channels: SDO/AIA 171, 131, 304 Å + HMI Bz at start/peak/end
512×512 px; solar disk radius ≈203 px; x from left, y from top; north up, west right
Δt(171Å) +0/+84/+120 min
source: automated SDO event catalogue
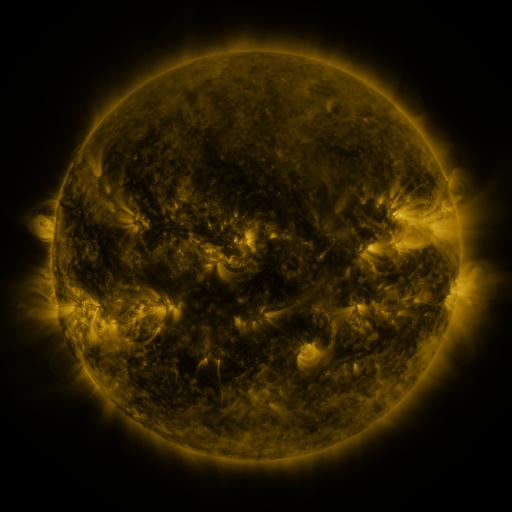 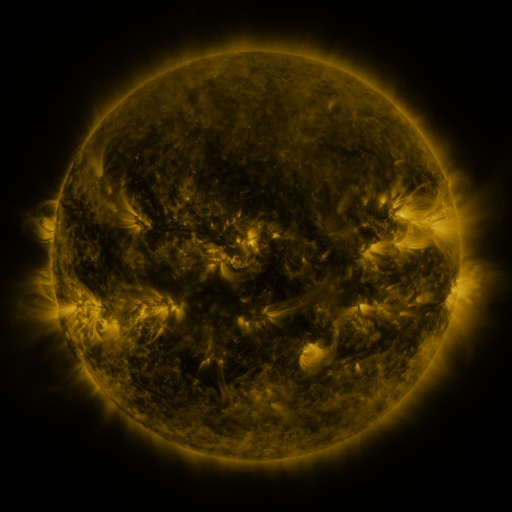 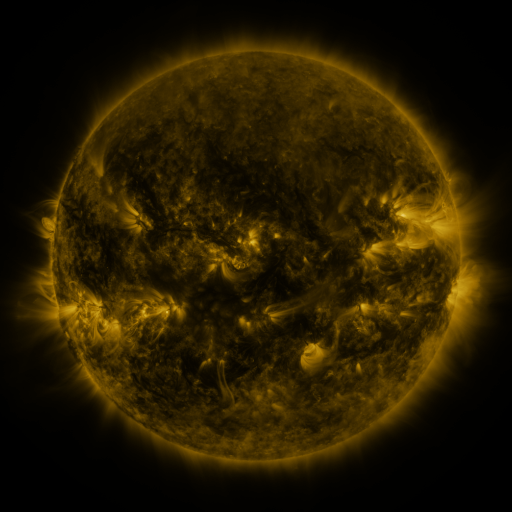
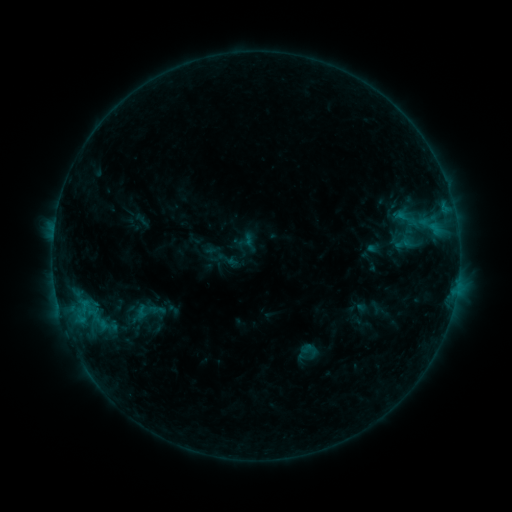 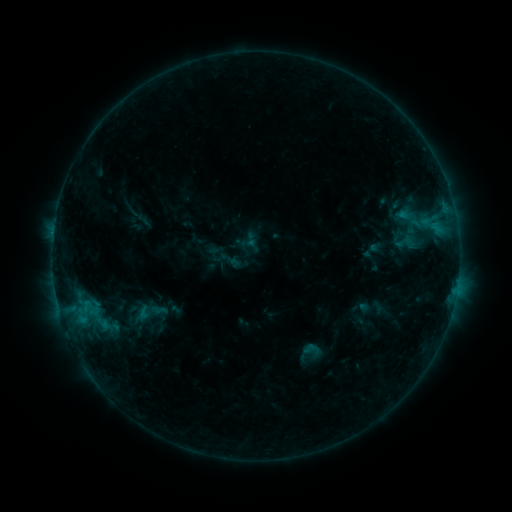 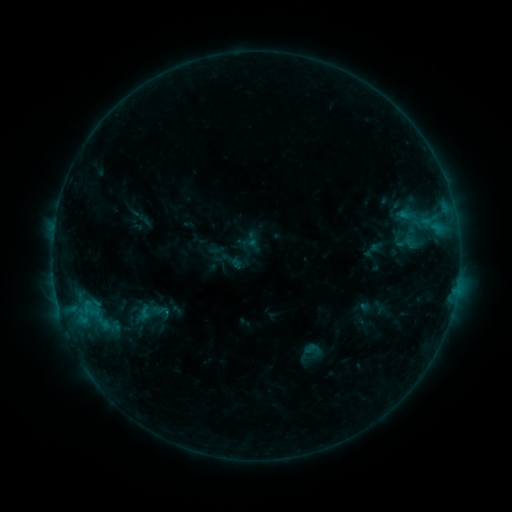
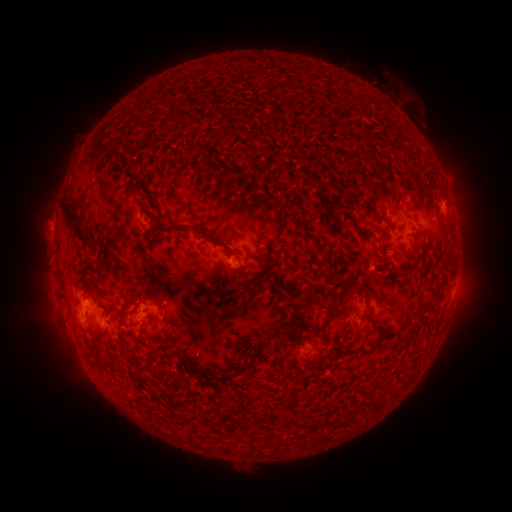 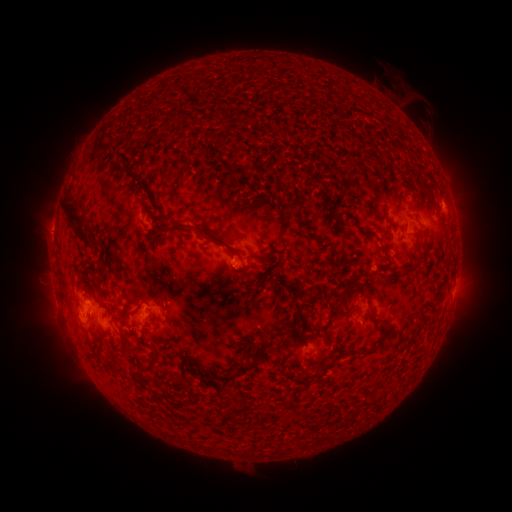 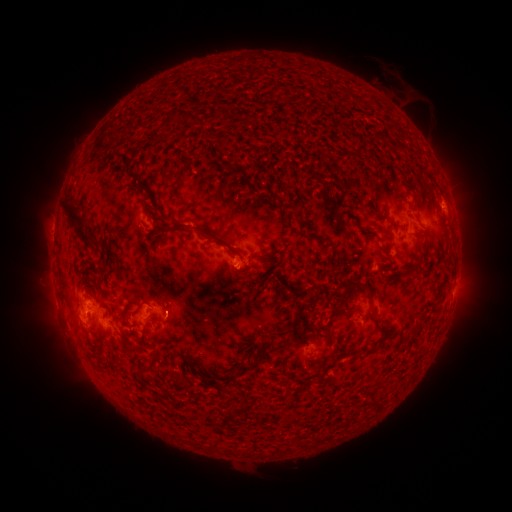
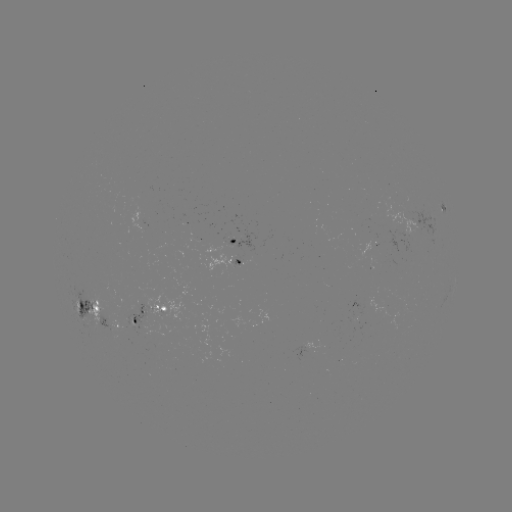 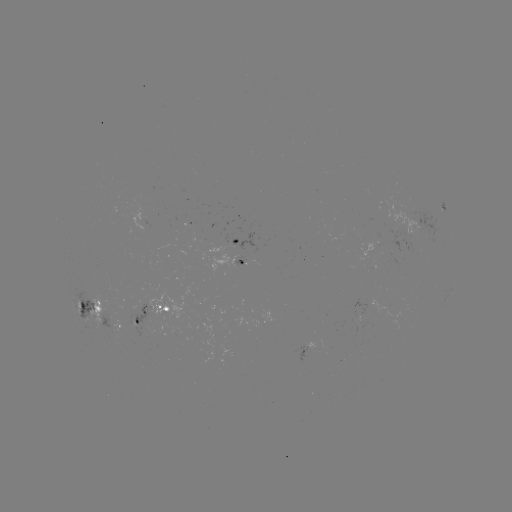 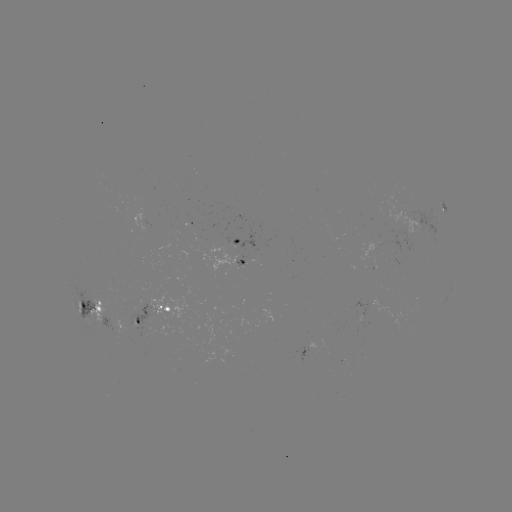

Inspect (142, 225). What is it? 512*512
emerging-flux region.